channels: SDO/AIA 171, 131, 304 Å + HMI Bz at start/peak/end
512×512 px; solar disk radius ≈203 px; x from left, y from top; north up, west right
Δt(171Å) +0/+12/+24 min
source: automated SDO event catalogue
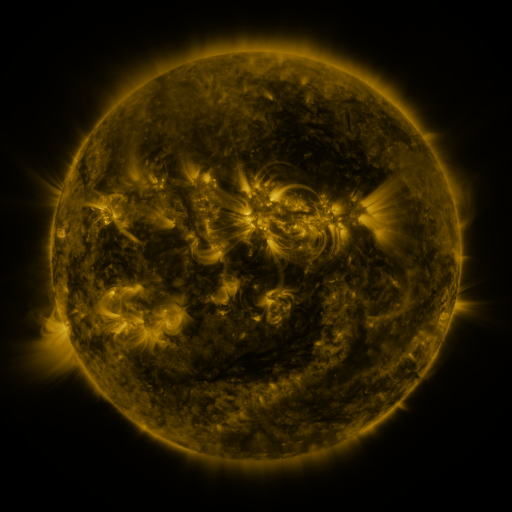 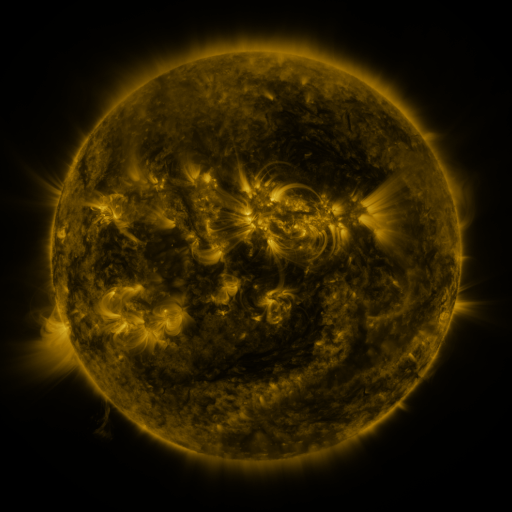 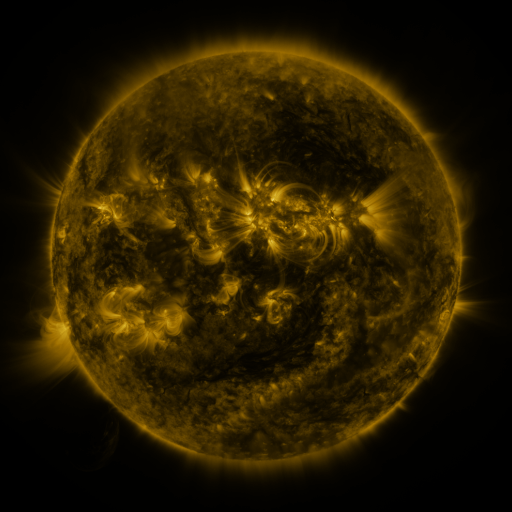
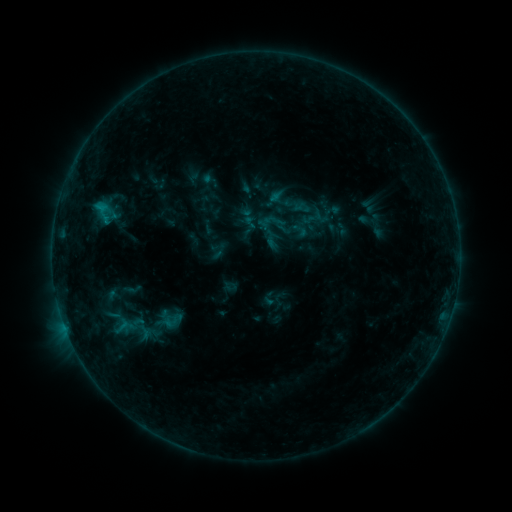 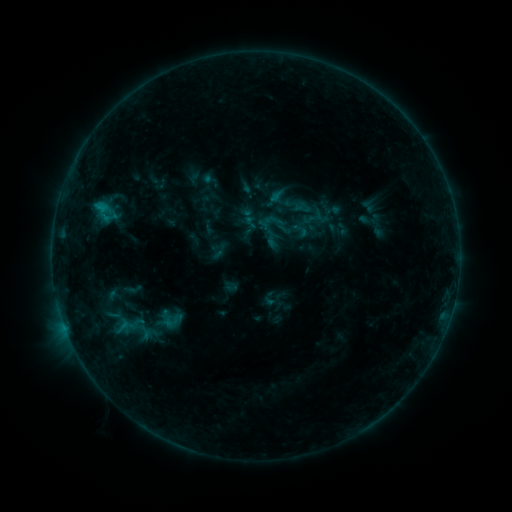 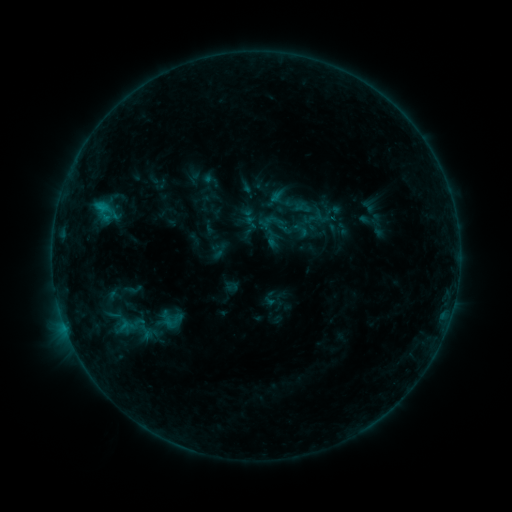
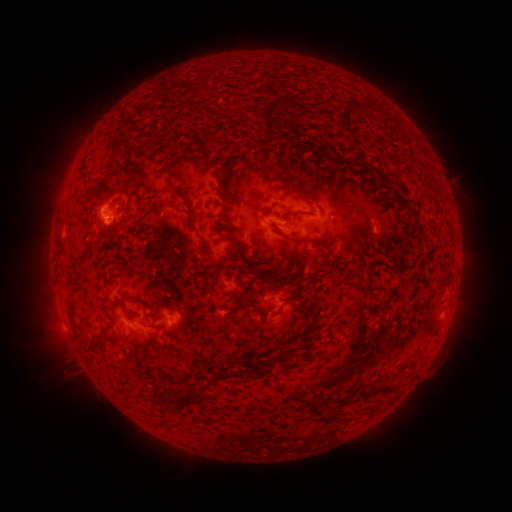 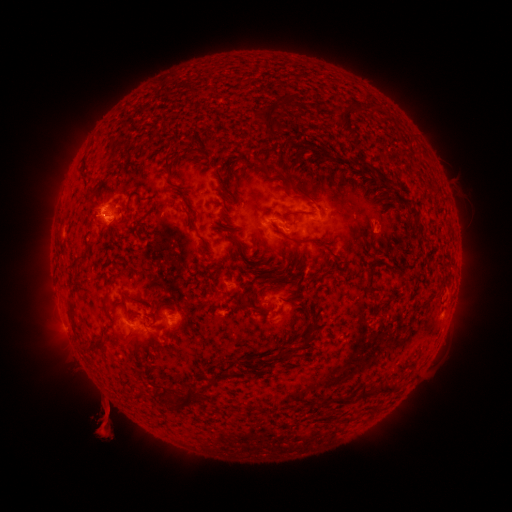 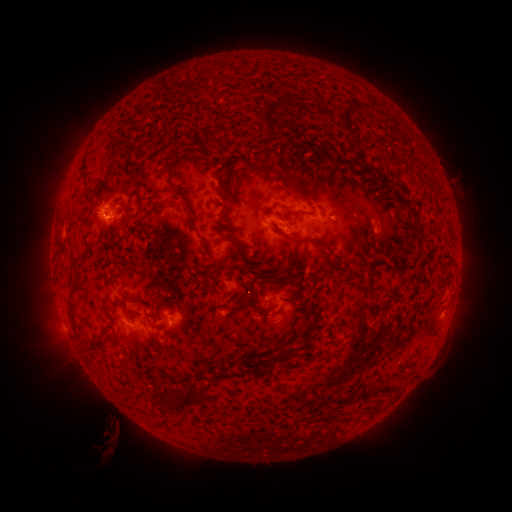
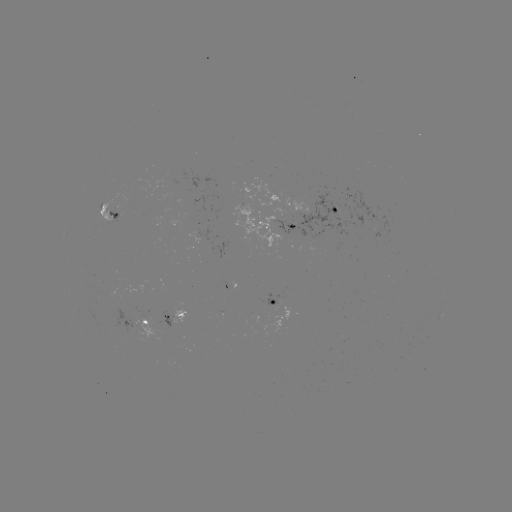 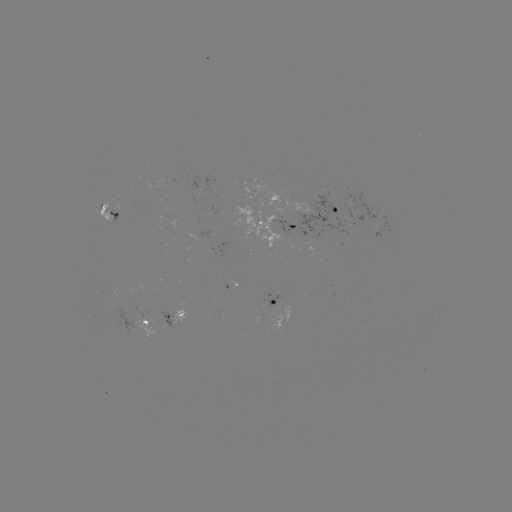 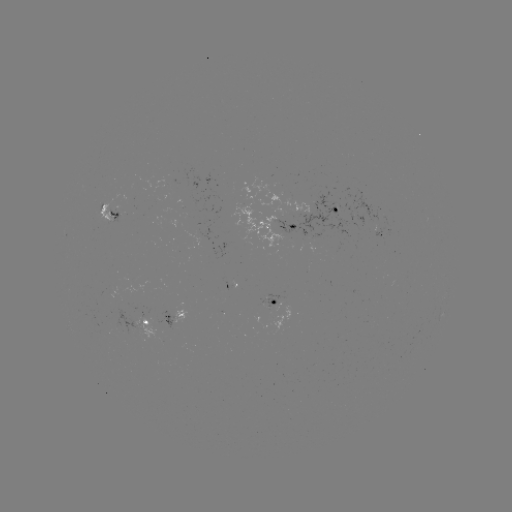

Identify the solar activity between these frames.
eruption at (109, 424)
